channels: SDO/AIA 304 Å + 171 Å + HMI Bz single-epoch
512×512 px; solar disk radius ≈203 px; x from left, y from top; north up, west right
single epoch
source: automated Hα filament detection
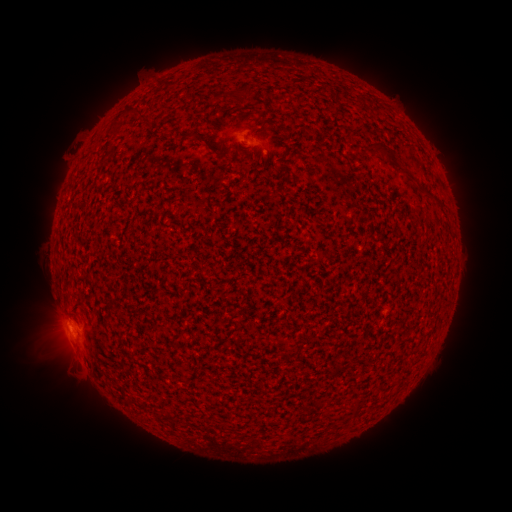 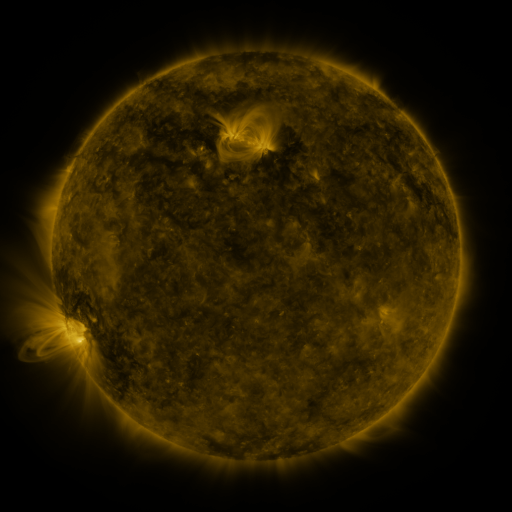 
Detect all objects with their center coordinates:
filament: (240, 91)
filament: (349, 139)
filament: (388, 154)
filament: (286, 155)
filament: (406, 174)
